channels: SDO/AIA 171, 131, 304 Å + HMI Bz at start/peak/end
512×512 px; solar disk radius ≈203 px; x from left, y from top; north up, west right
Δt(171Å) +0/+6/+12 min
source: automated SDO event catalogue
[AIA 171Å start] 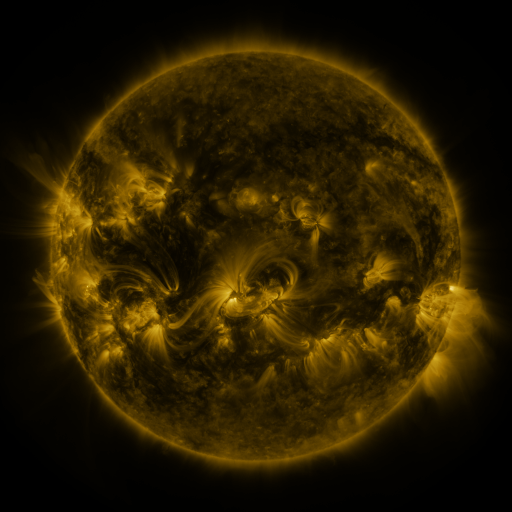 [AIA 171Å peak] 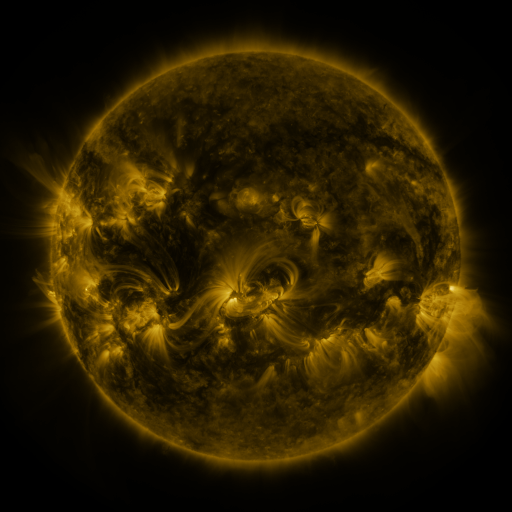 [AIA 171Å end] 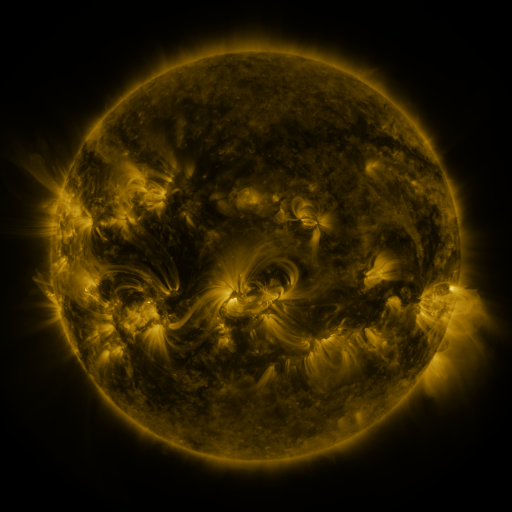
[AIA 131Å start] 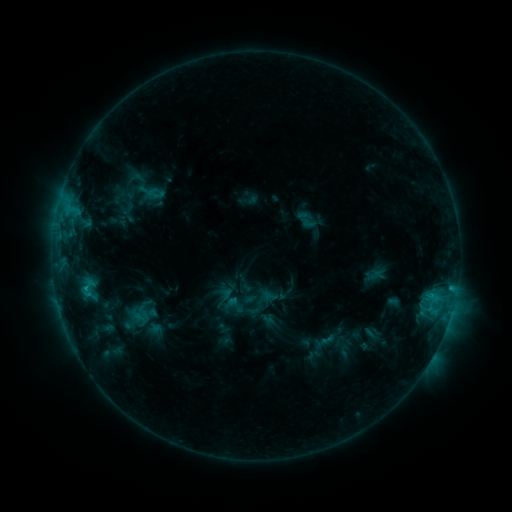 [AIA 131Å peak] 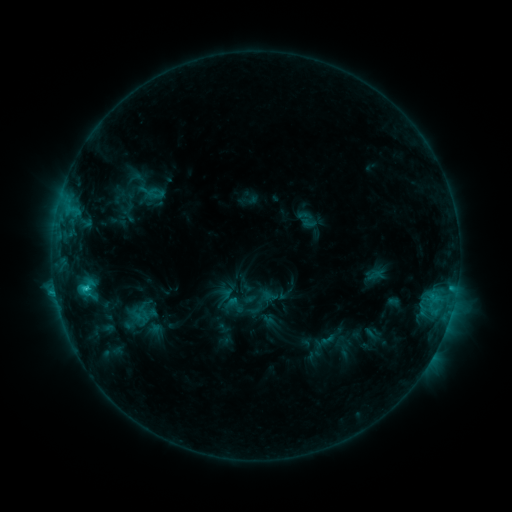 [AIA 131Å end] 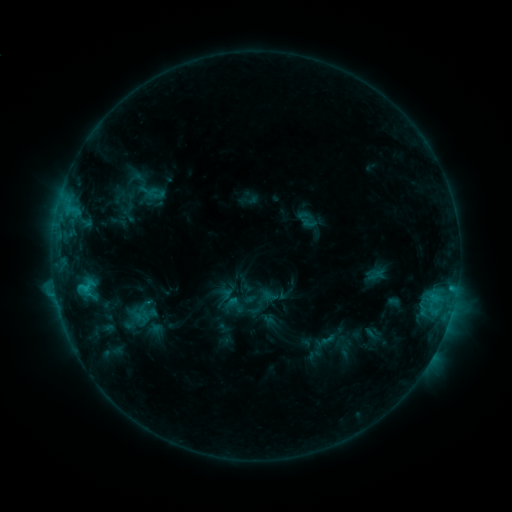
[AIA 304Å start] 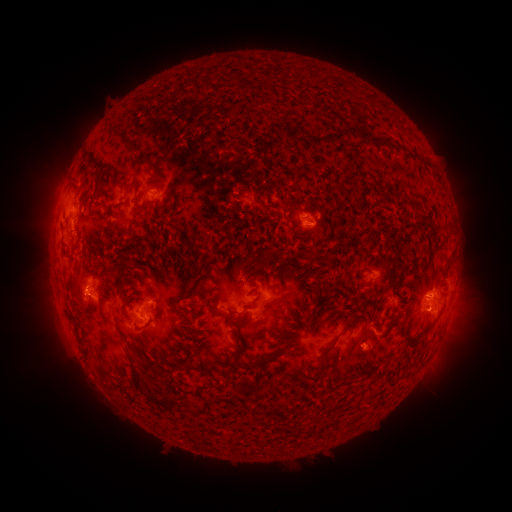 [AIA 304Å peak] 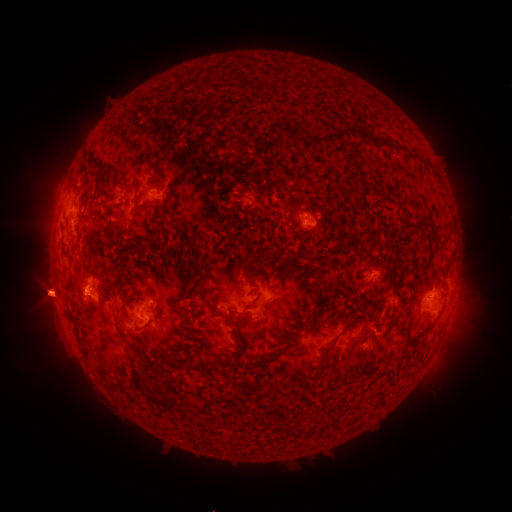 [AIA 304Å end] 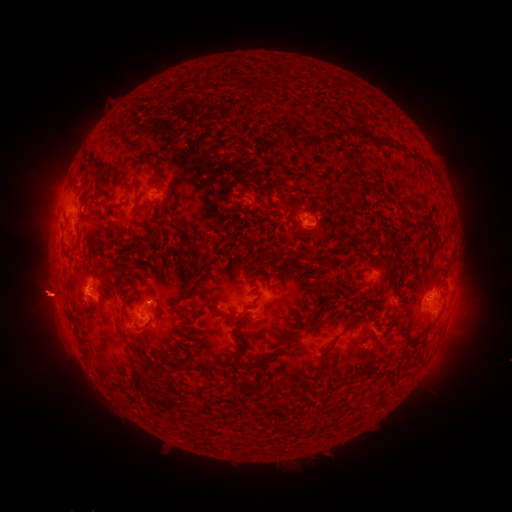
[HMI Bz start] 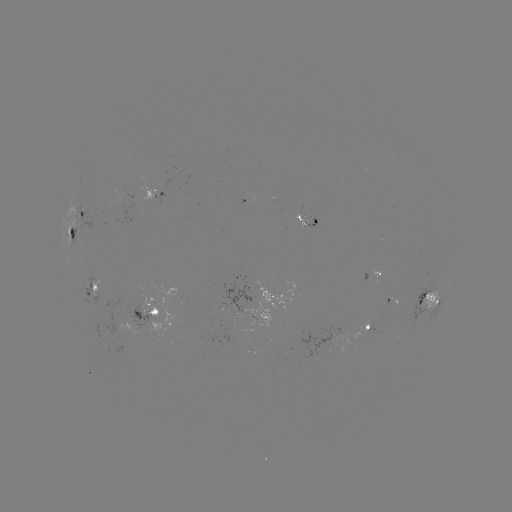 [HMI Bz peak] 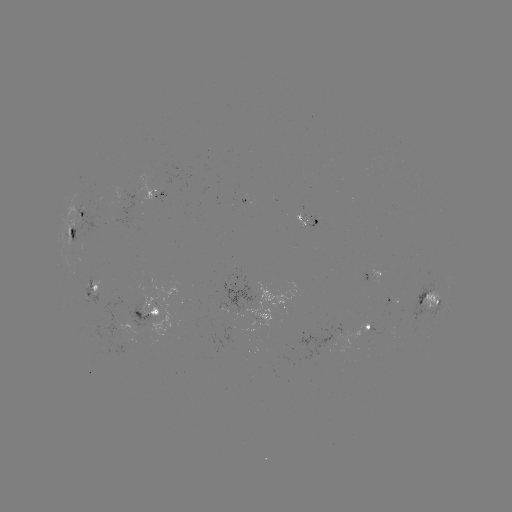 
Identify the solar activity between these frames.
eruption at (46, 300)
